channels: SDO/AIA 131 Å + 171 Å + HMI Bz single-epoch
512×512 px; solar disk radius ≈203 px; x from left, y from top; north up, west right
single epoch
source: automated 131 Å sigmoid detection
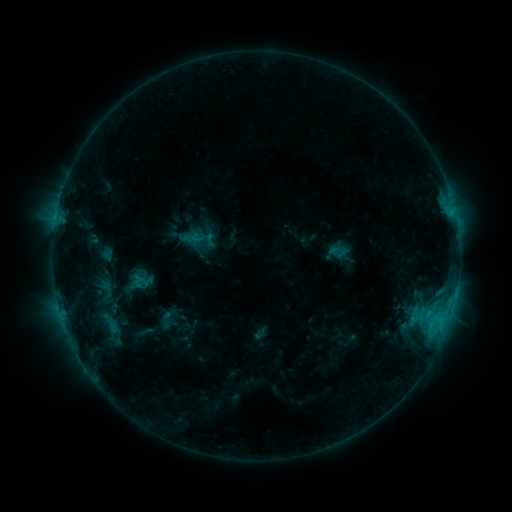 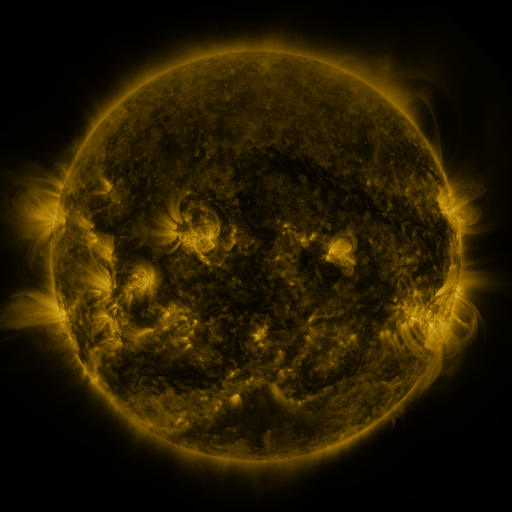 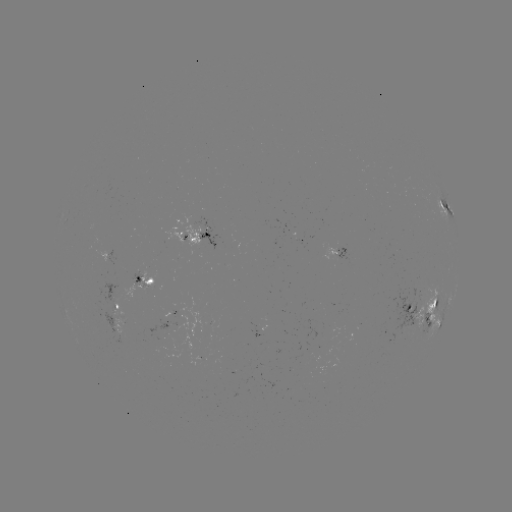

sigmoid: [128, 270, 147, 291]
